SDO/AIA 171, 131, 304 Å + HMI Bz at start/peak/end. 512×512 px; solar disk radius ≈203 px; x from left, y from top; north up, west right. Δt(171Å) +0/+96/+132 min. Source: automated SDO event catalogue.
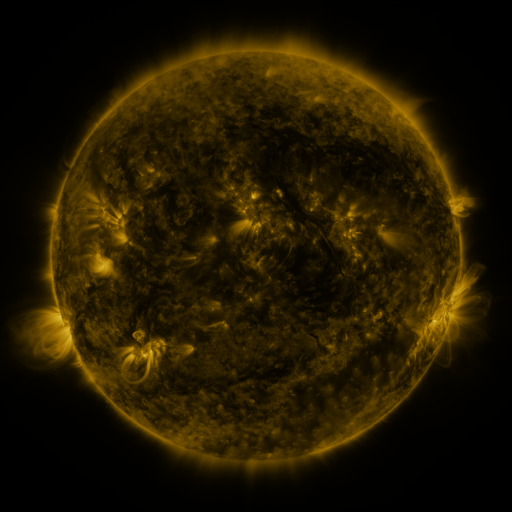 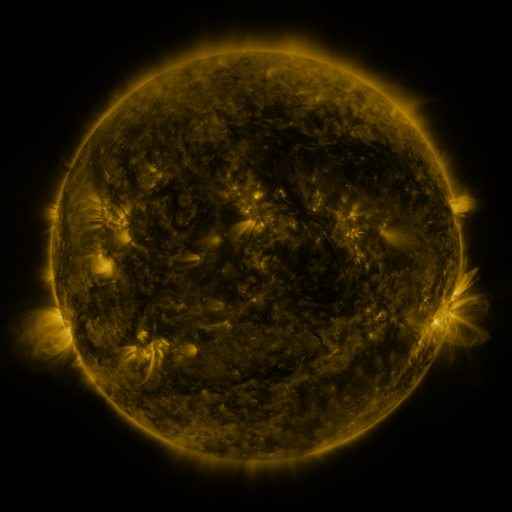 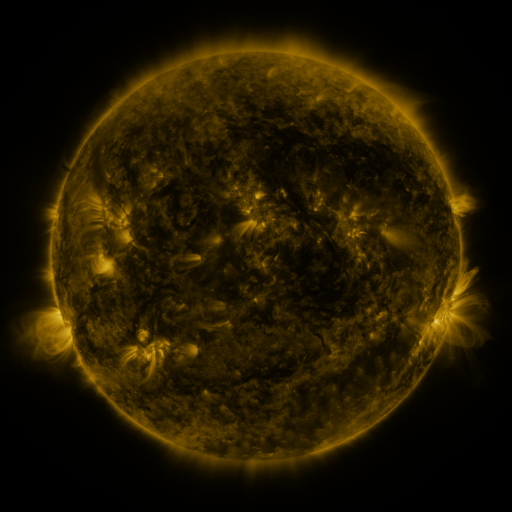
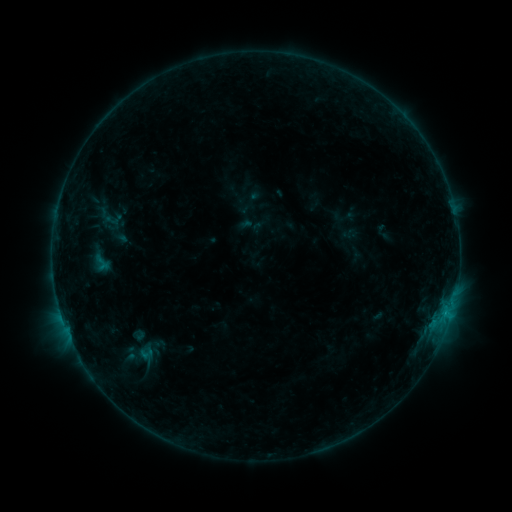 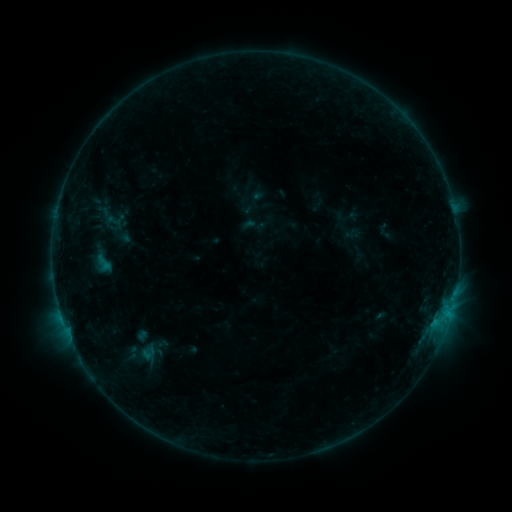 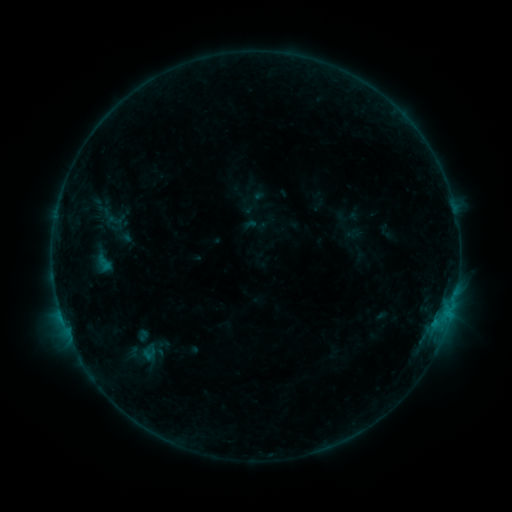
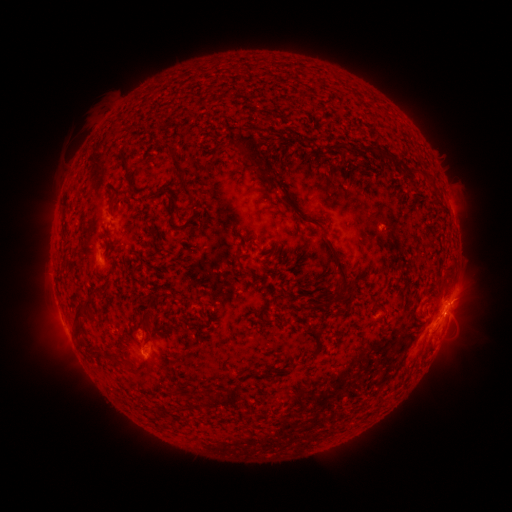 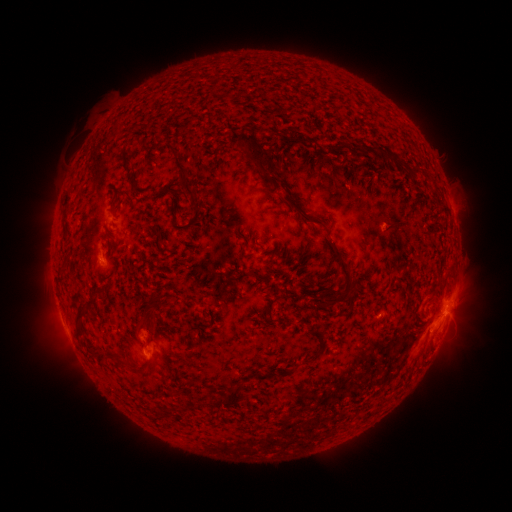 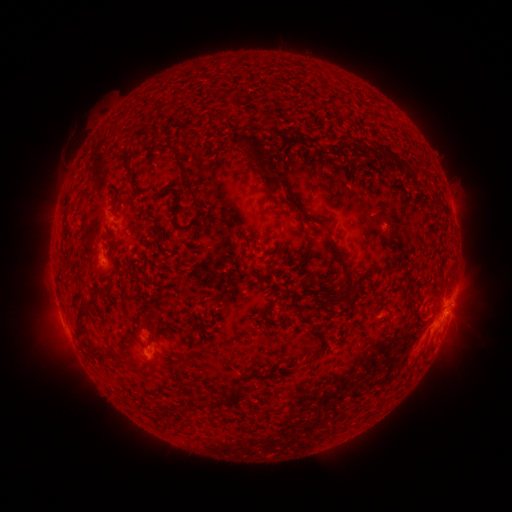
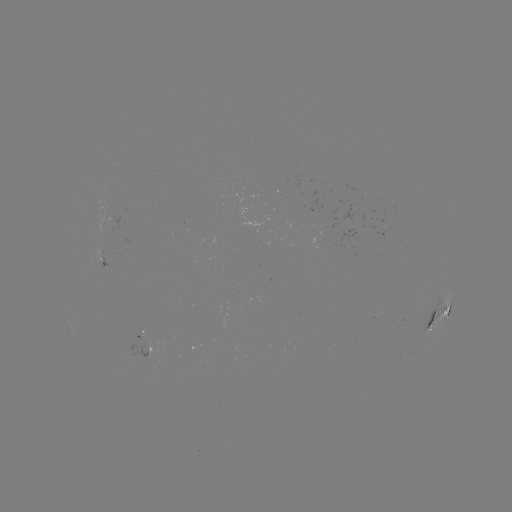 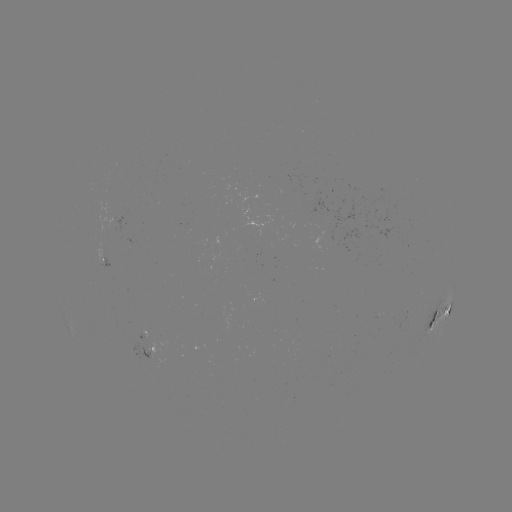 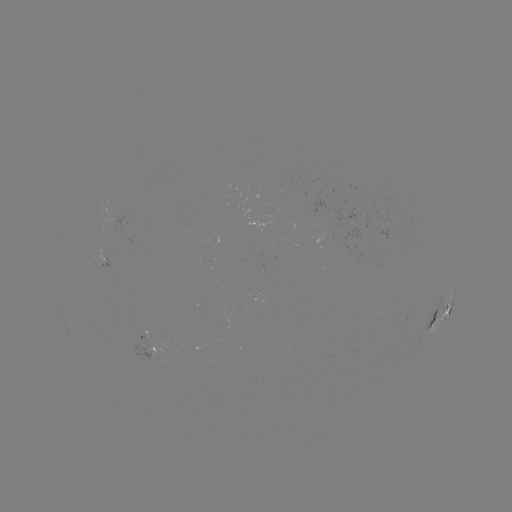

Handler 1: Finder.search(emerging-flux region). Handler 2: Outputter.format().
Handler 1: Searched emerging-flux region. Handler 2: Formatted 383,229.